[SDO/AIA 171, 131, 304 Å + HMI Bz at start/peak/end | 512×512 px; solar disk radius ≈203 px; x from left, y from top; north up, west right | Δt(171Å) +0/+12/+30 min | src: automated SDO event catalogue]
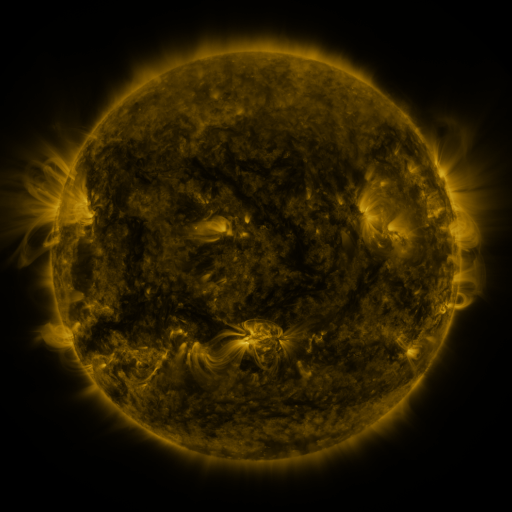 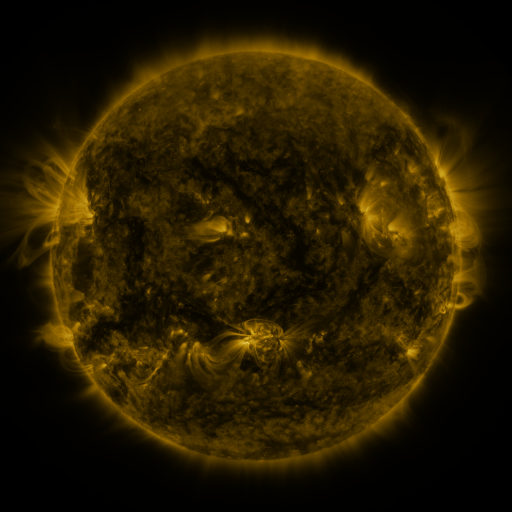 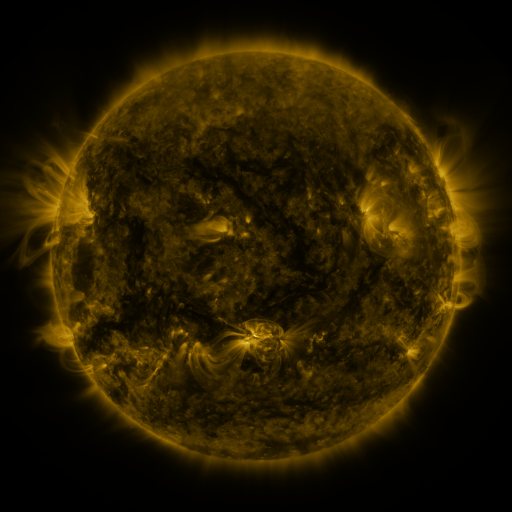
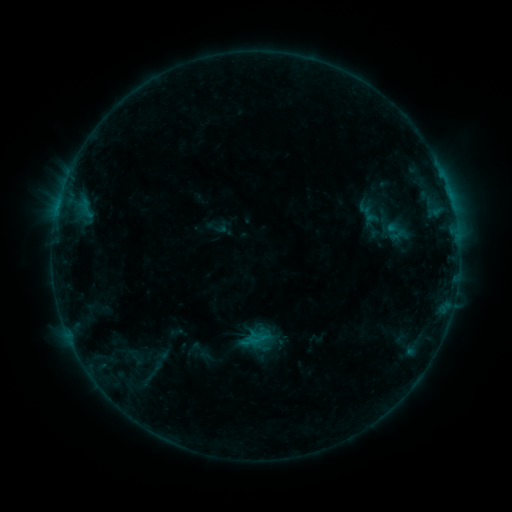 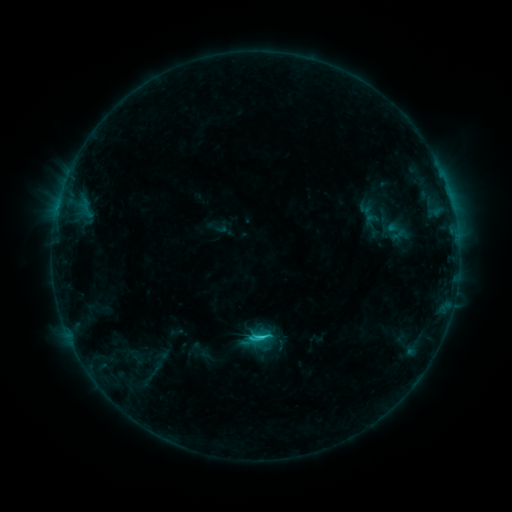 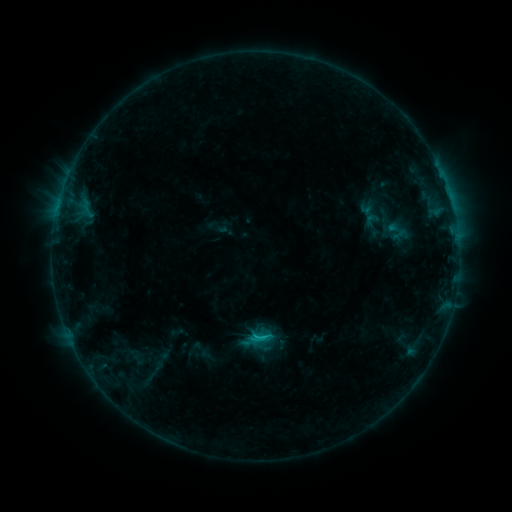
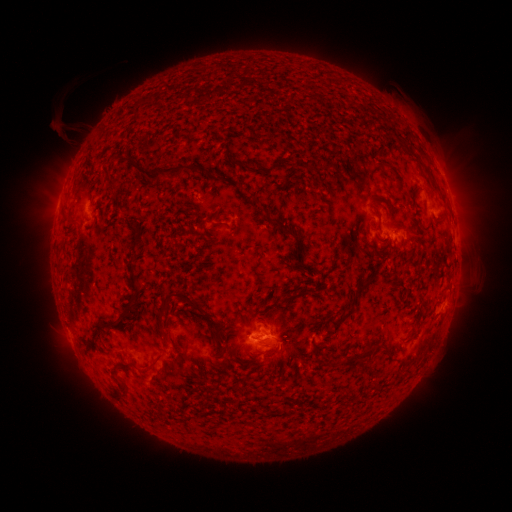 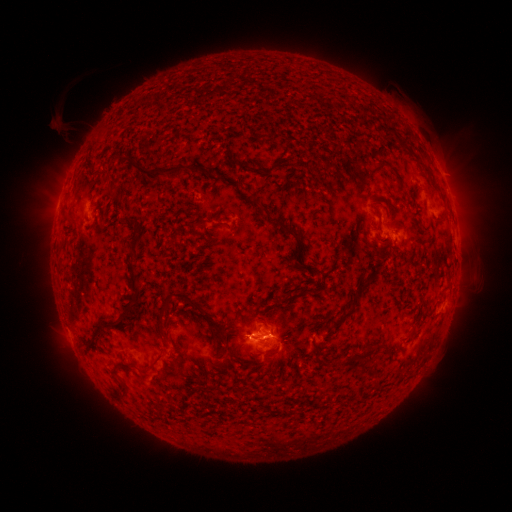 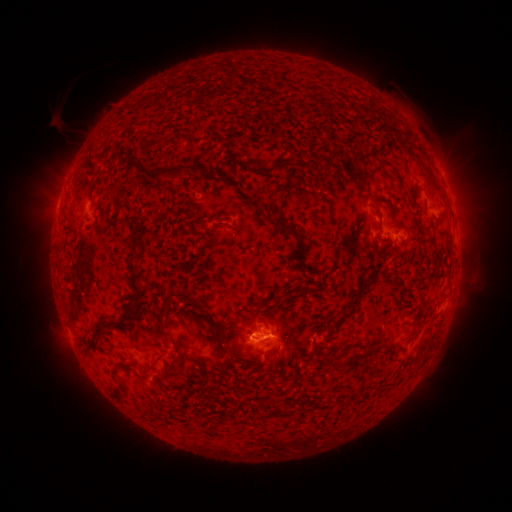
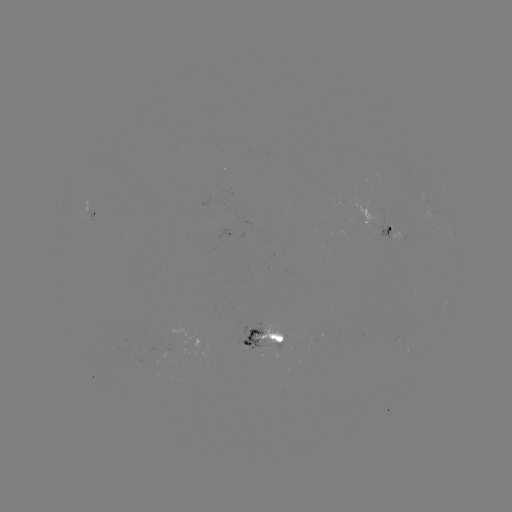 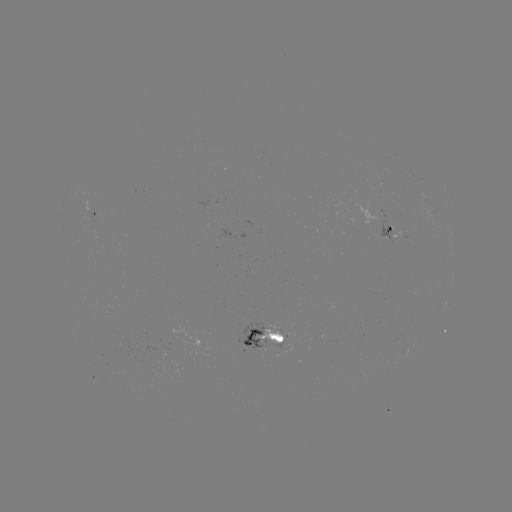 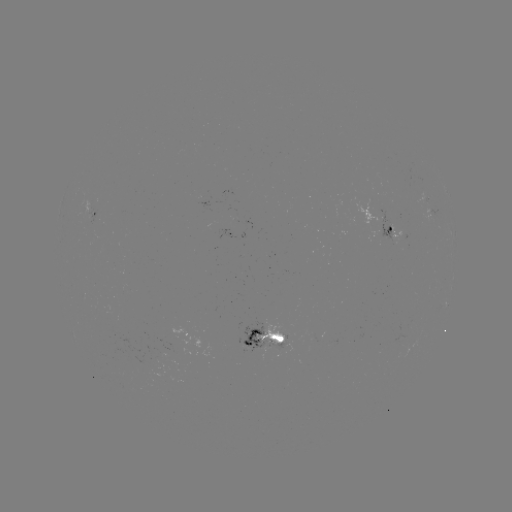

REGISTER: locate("C1.6 flare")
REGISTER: (259, 336)